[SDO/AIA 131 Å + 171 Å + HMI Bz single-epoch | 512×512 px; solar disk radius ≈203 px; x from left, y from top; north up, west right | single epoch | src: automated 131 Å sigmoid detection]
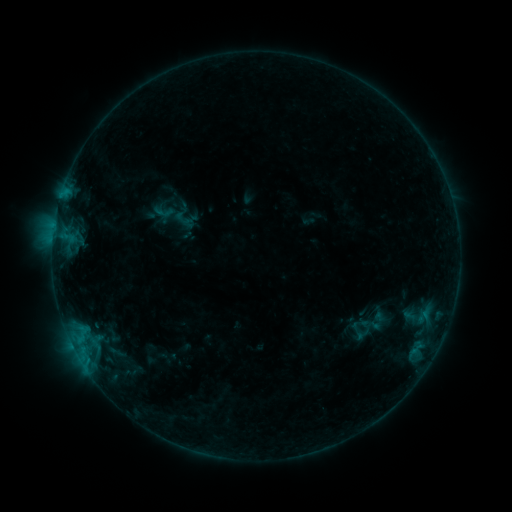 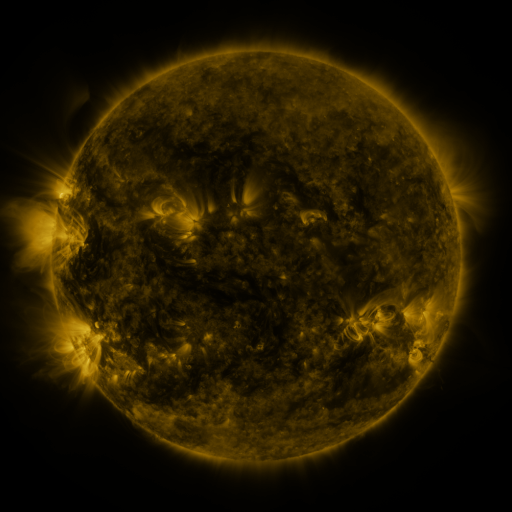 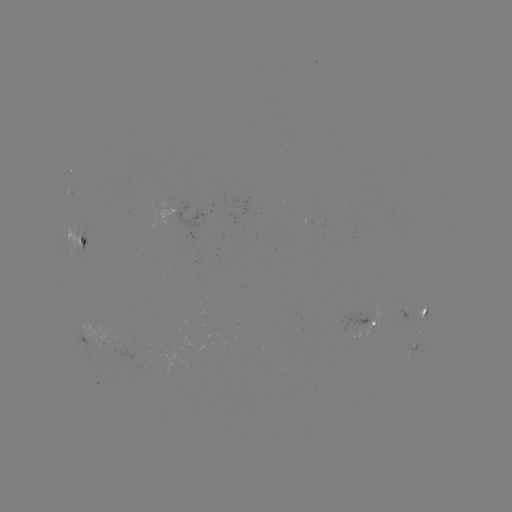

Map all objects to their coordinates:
sigmoid: (165, 212)
sigmoid: (360, 324)
